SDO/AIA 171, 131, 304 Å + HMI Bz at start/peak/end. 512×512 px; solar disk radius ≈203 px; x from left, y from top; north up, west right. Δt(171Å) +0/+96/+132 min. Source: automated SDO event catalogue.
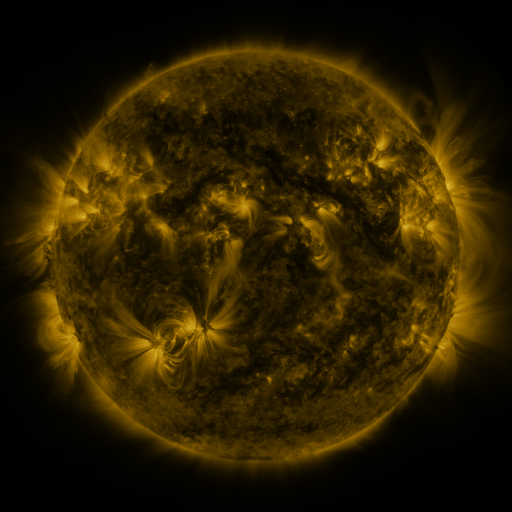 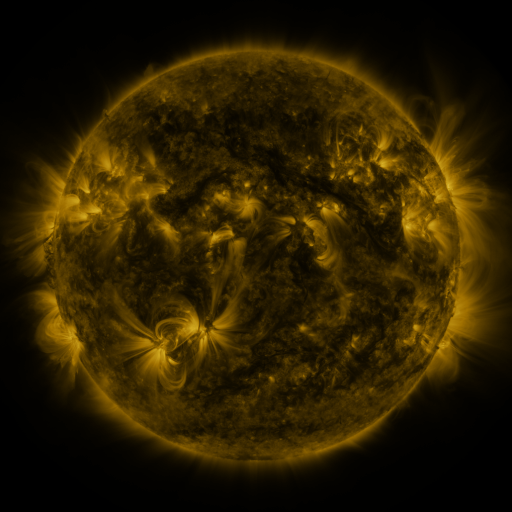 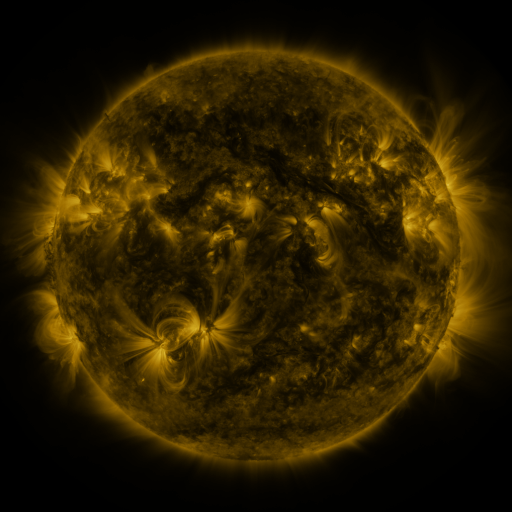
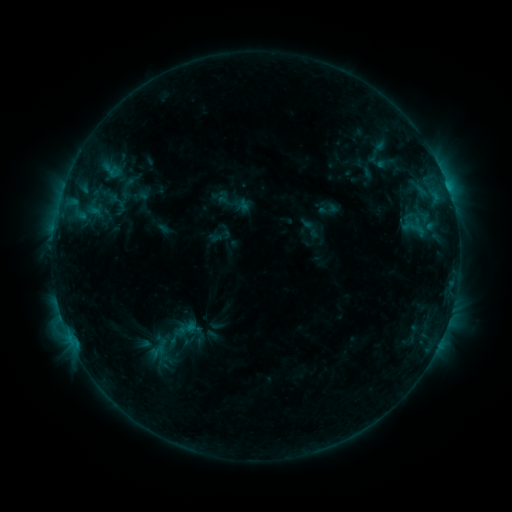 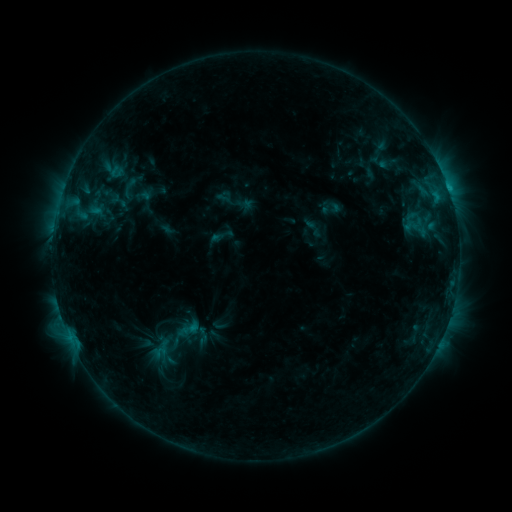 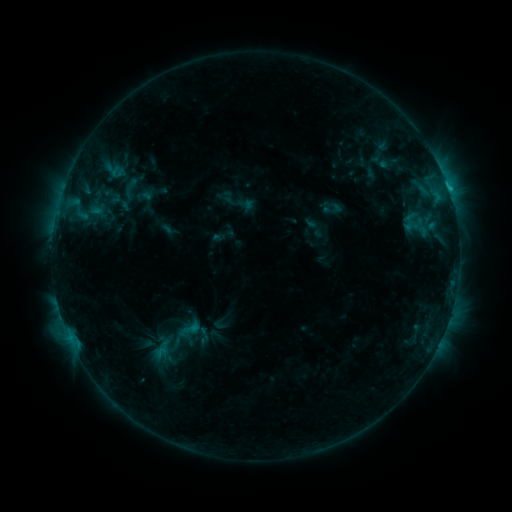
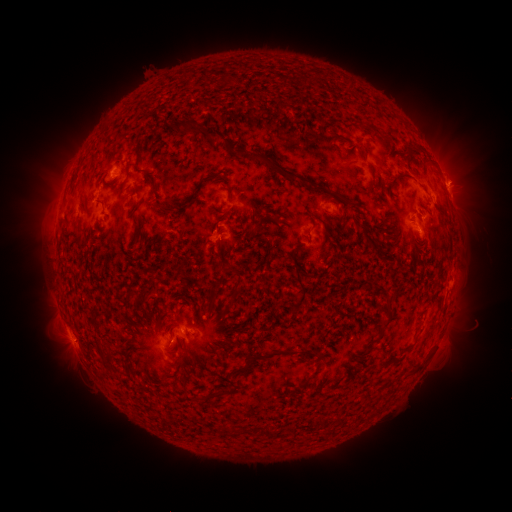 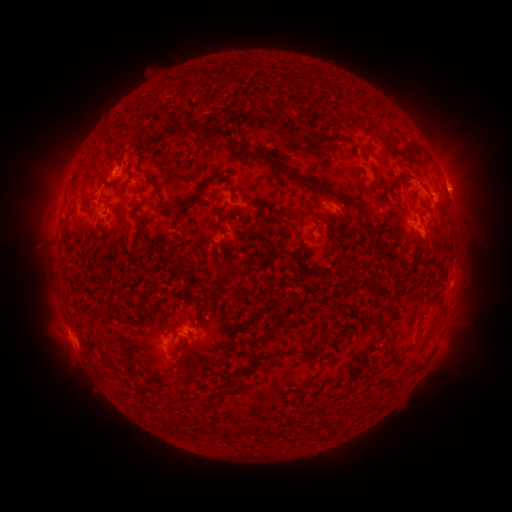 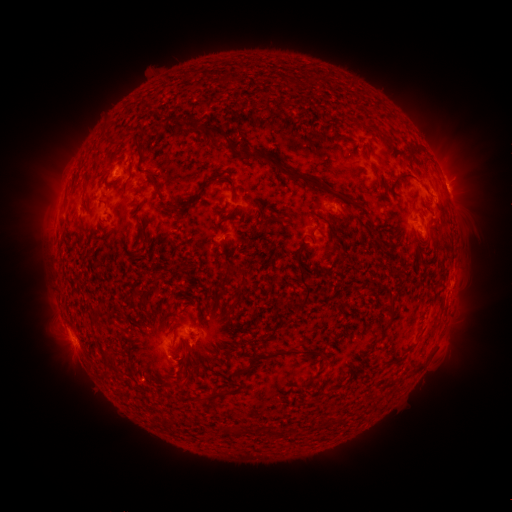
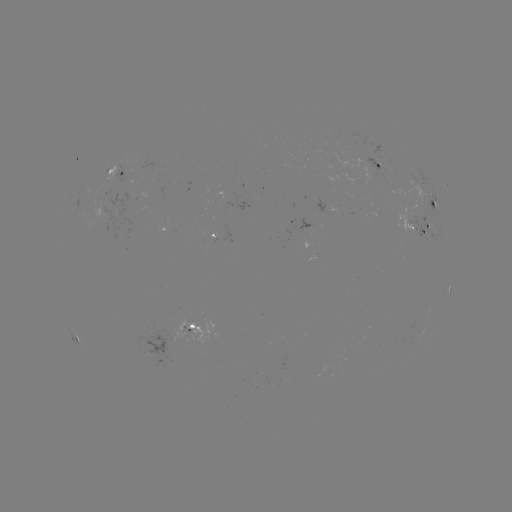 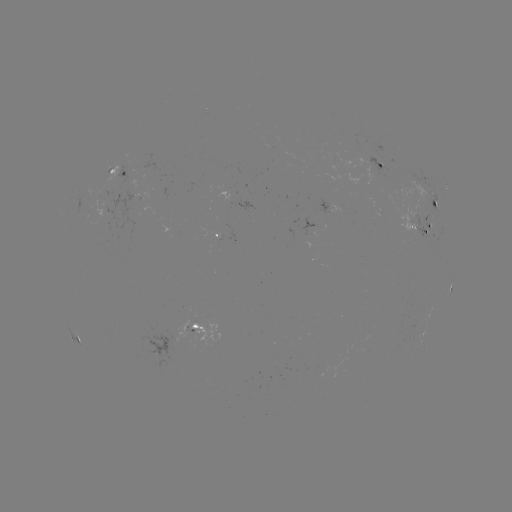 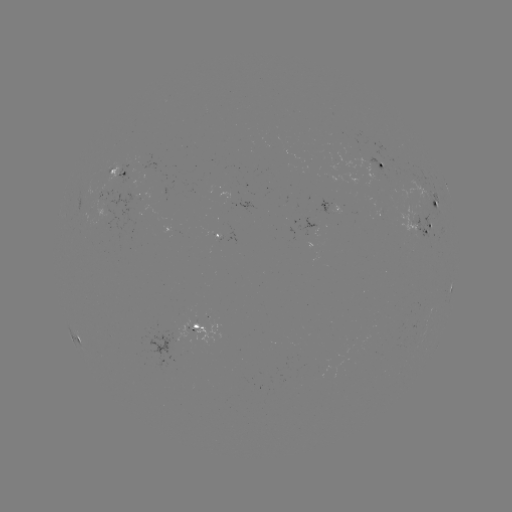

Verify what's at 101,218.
emerging-flux region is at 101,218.